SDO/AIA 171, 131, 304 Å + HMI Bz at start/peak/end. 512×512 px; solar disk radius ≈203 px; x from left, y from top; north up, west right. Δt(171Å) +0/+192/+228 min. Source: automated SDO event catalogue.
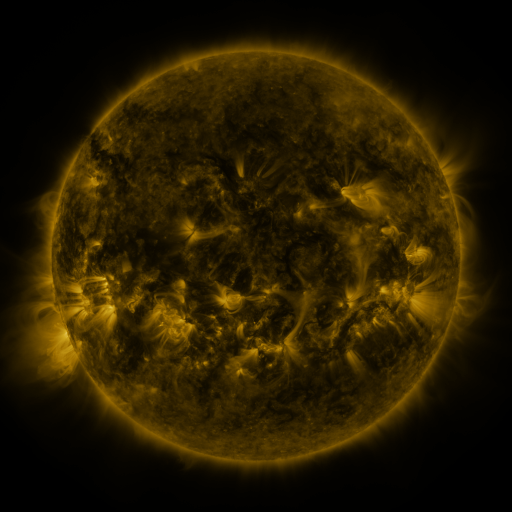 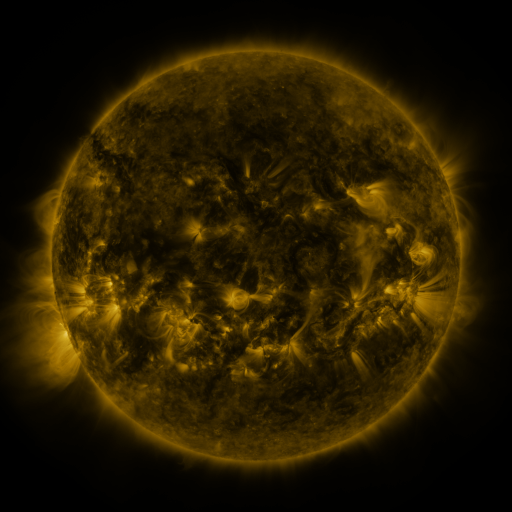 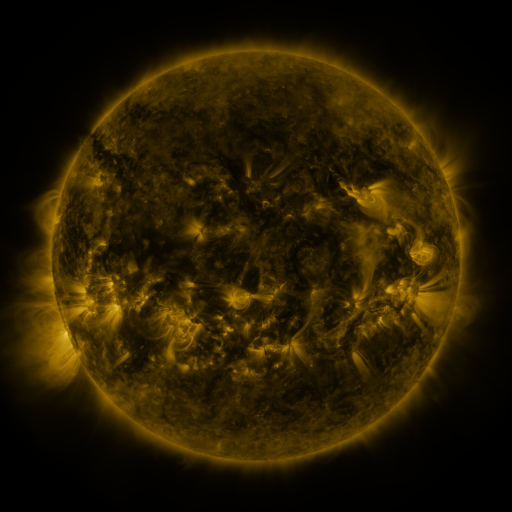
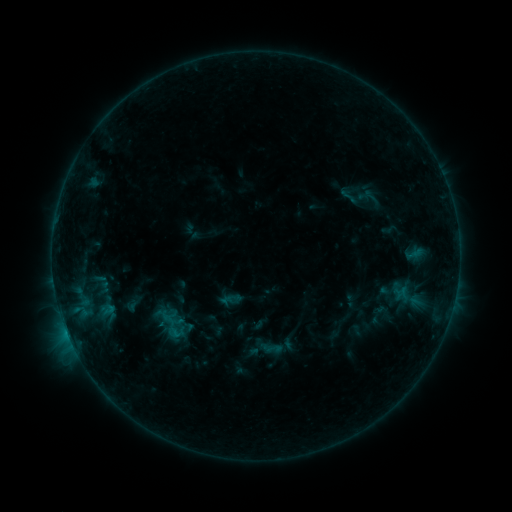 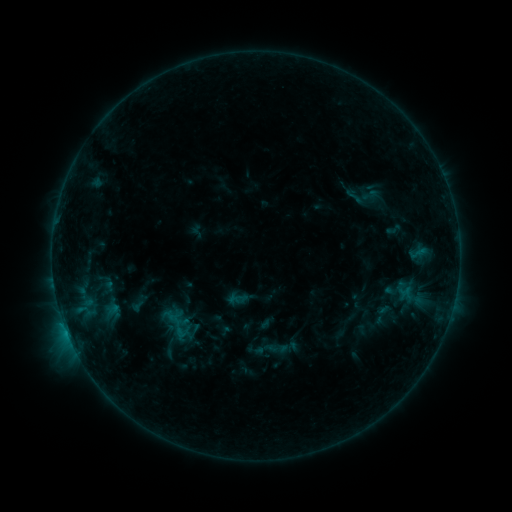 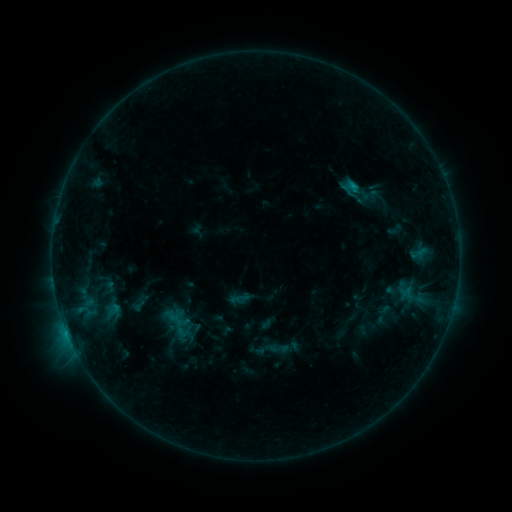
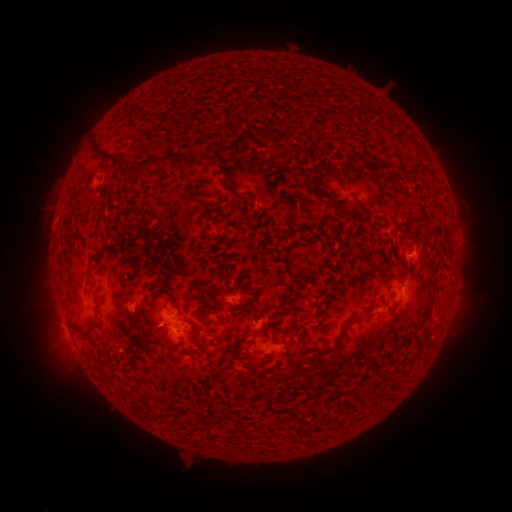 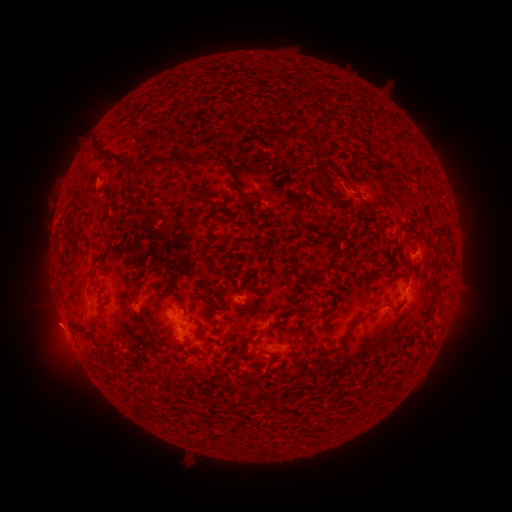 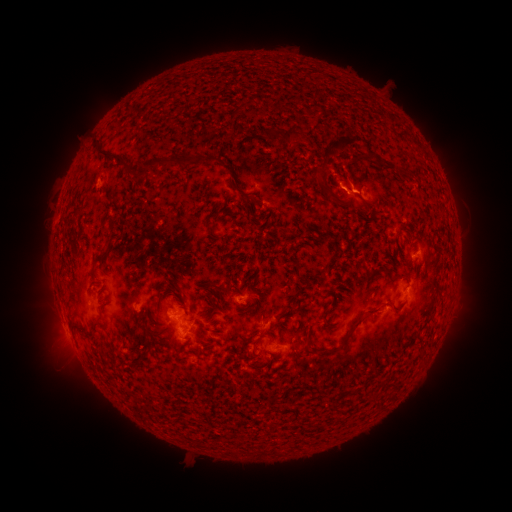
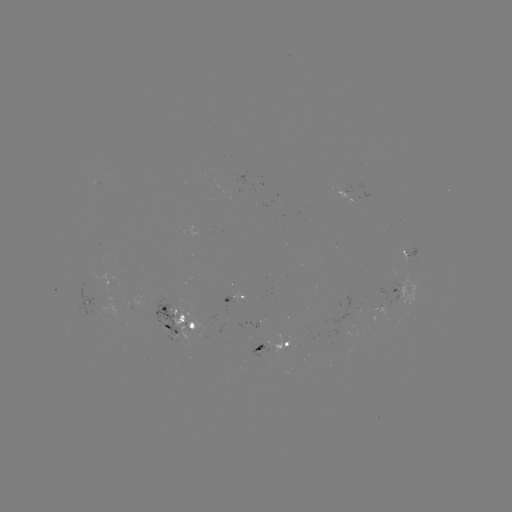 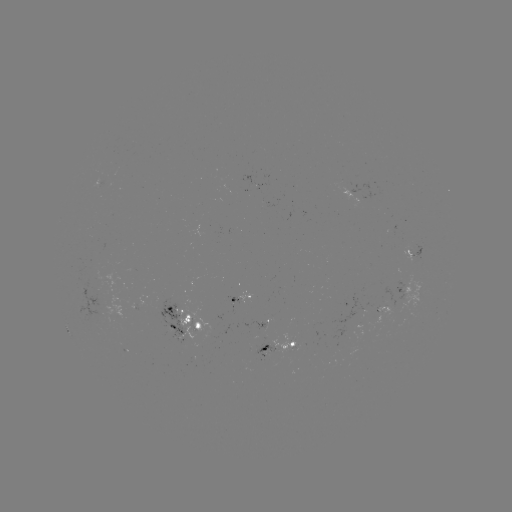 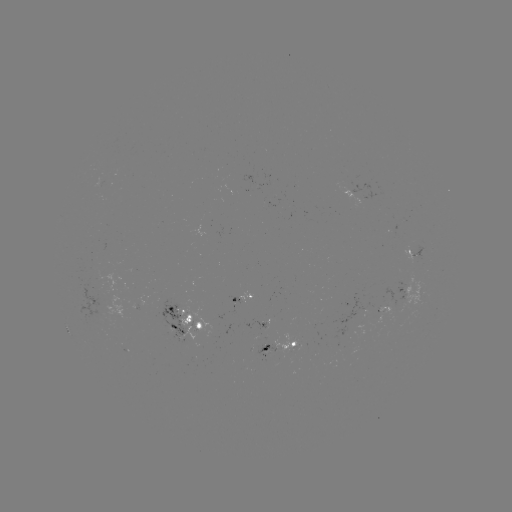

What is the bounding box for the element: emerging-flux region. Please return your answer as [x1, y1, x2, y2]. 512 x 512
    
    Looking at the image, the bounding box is [241, 317, 268, 329].